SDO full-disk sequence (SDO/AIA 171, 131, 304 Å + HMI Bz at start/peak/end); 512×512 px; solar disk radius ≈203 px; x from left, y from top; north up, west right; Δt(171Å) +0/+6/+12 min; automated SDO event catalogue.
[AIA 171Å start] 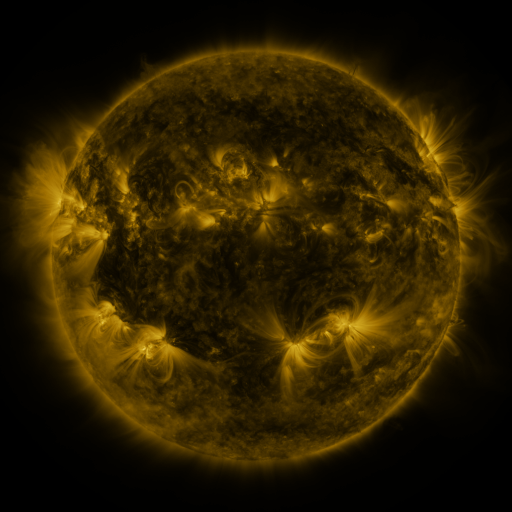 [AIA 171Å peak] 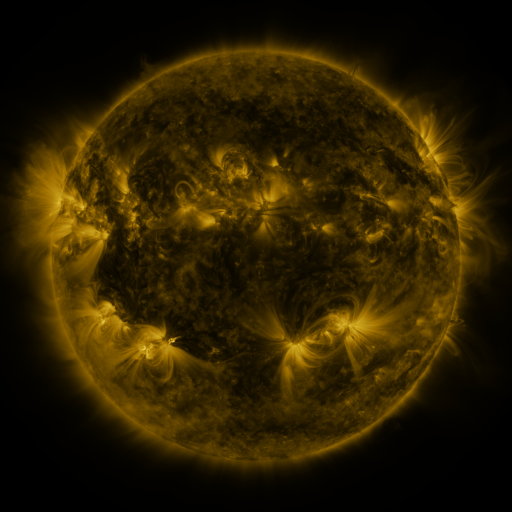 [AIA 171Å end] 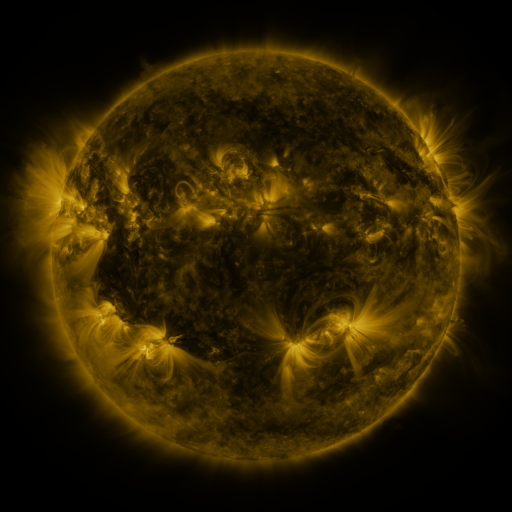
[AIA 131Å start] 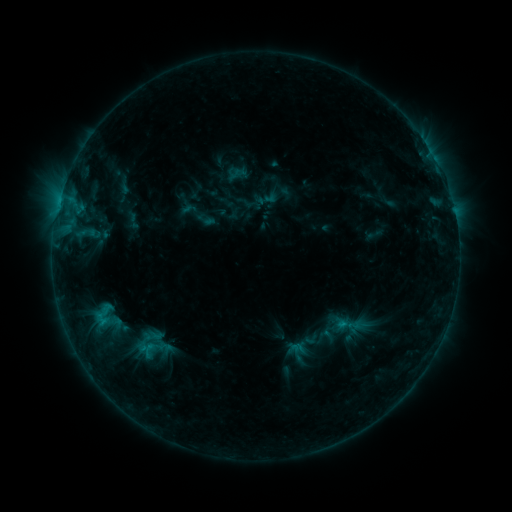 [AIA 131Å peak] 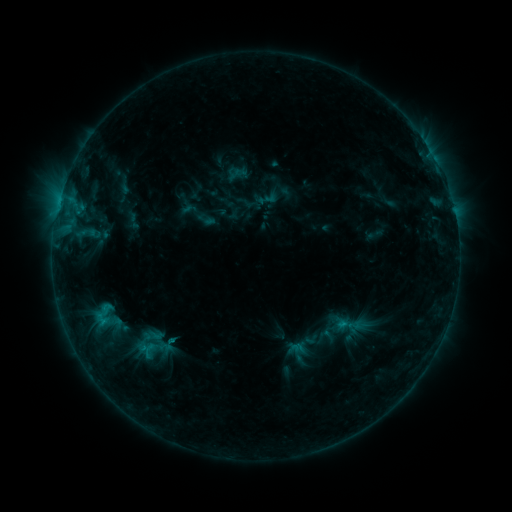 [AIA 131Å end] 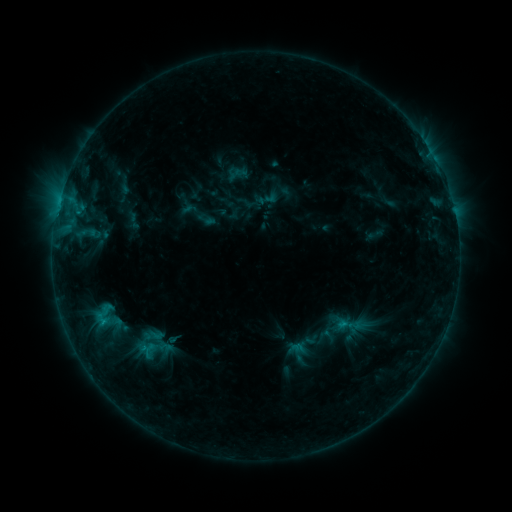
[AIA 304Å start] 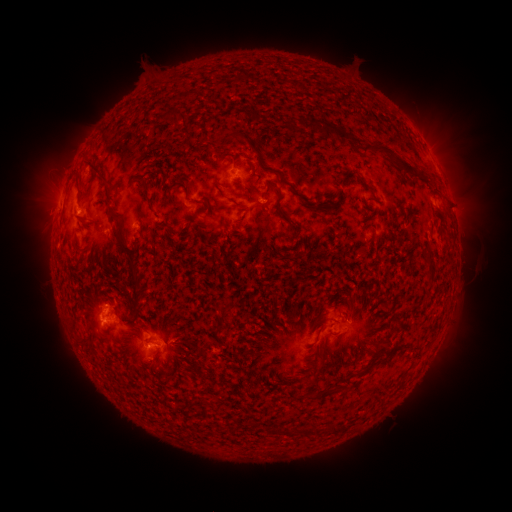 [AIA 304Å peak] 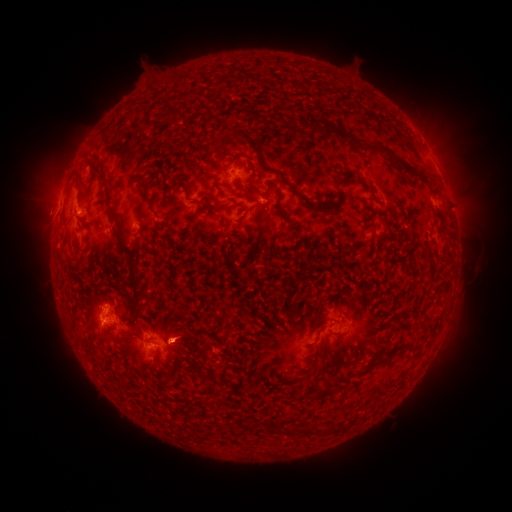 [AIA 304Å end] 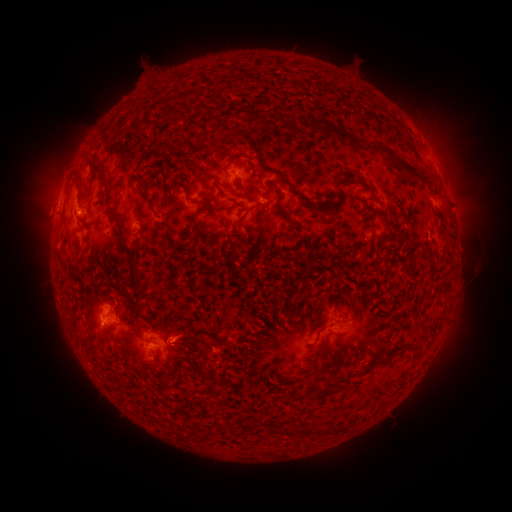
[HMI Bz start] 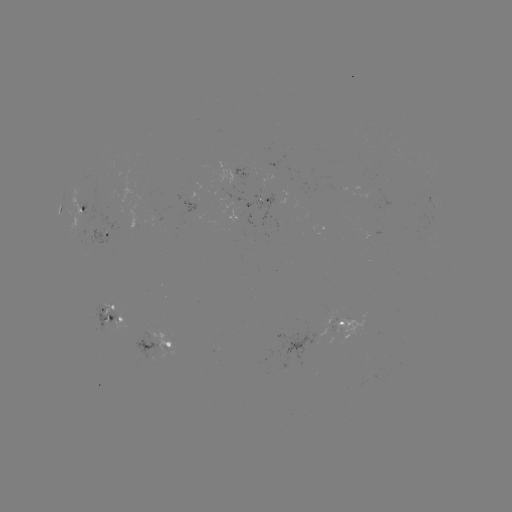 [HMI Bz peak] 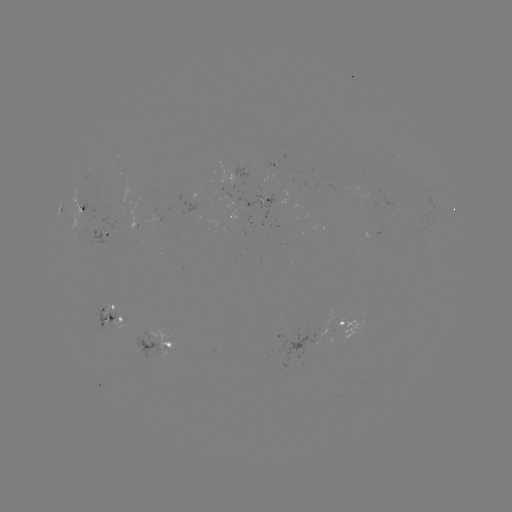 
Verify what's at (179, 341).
eruption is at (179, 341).